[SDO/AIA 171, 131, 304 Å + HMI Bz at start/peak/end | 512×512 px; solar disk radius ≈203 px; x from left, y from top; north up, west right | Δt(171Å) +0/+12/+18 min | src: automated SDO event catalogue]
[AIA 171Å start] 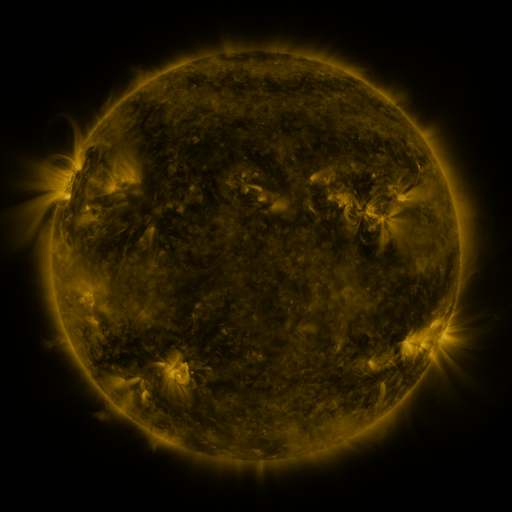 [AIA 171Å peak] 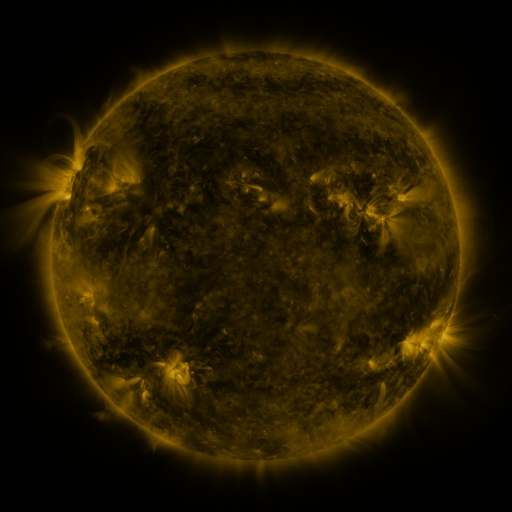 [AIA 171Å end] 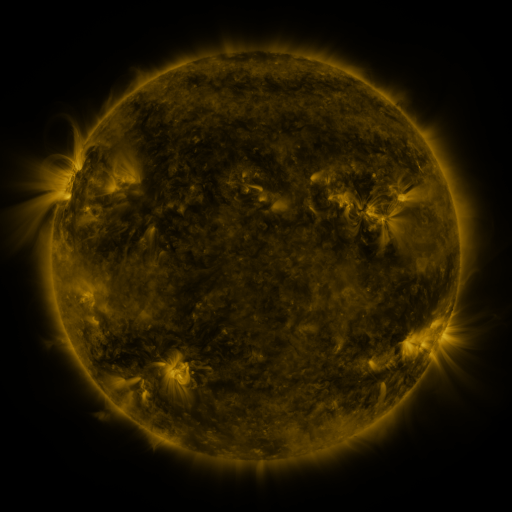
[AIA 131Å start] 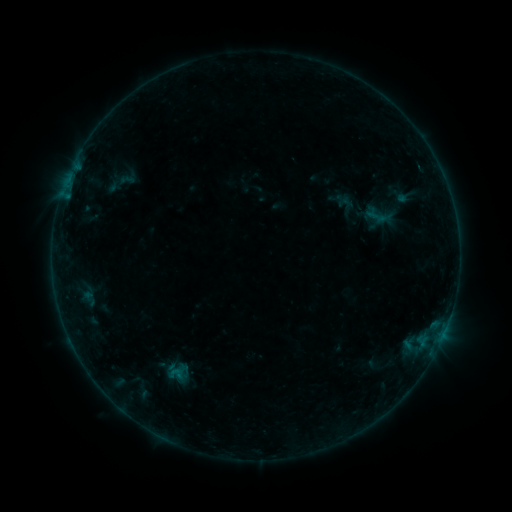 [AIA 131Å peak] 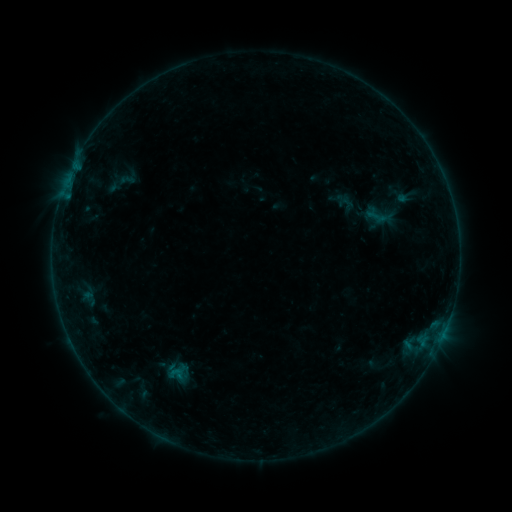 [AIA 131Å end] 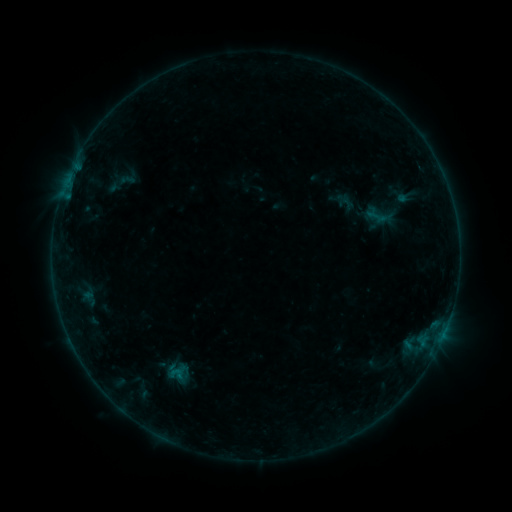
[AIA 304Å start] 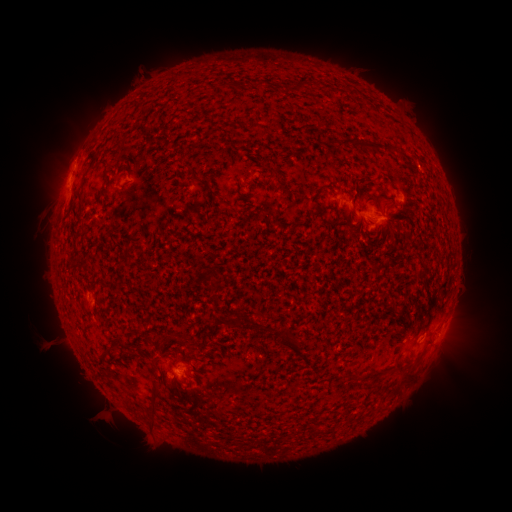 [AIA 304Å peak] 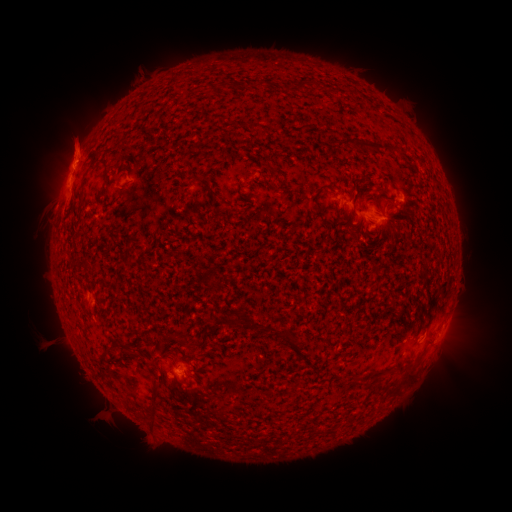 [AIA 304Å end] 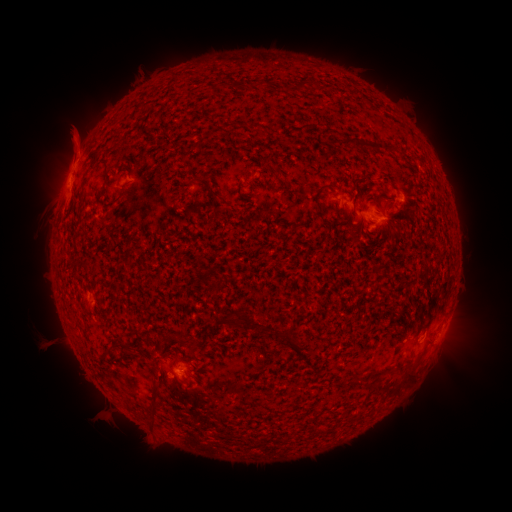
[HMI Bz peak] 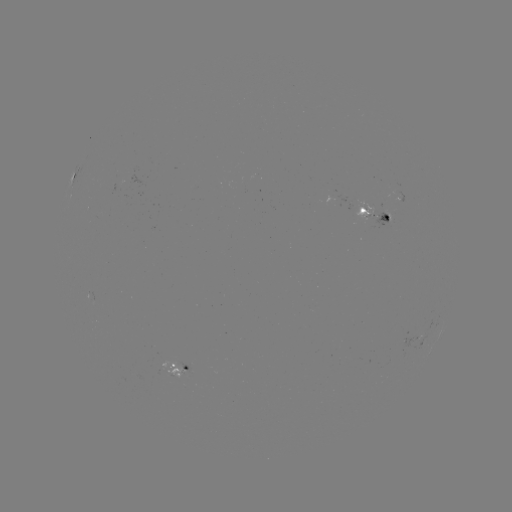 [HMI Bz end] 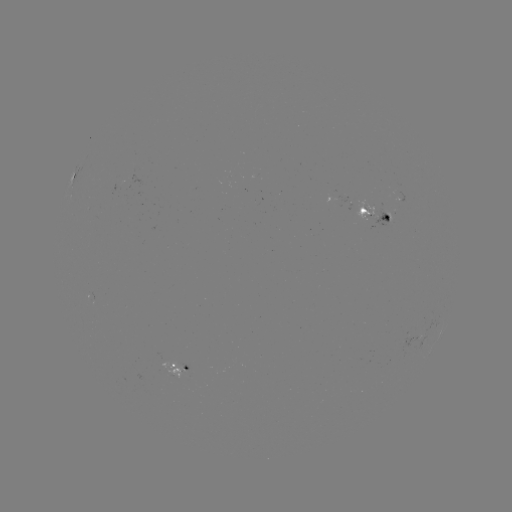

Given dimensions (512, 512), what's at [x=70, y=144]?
eruption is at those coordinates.